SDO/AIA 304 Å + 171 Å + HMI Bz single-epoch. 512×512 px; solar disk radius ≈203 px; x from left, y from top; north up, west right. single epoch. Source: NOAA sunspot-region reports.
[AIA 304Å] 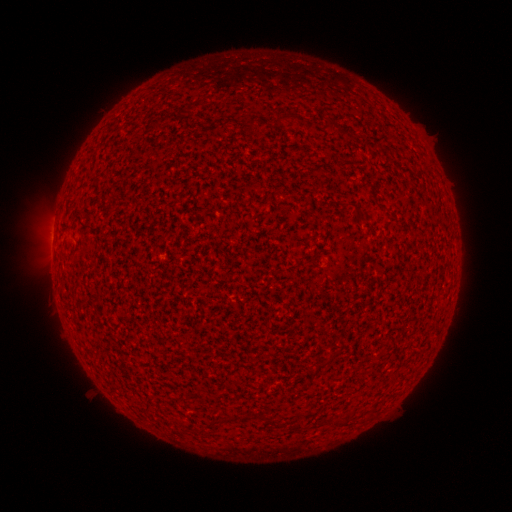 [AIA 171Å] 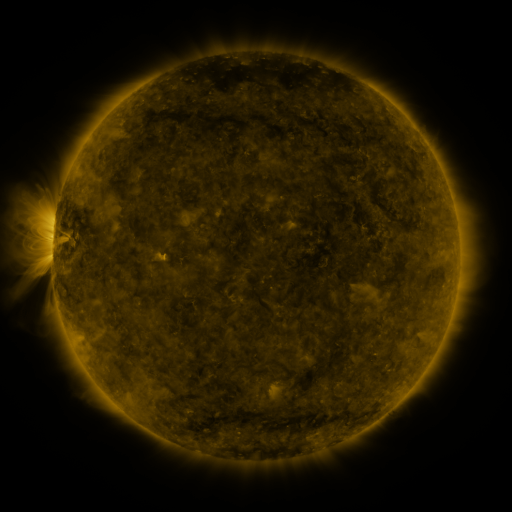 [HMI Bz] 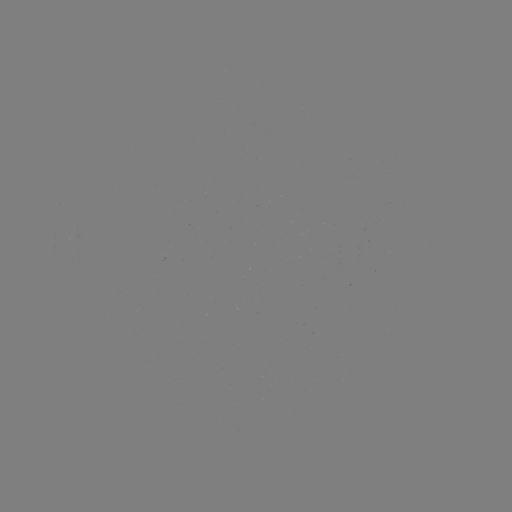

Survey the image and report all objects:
(none)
